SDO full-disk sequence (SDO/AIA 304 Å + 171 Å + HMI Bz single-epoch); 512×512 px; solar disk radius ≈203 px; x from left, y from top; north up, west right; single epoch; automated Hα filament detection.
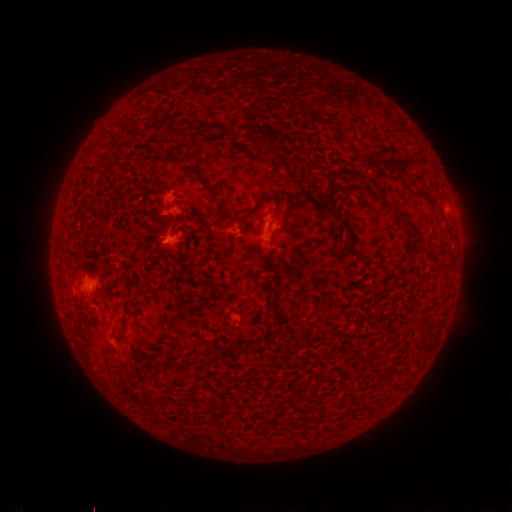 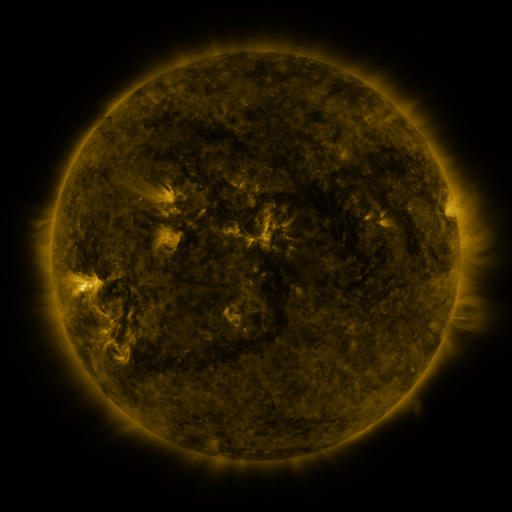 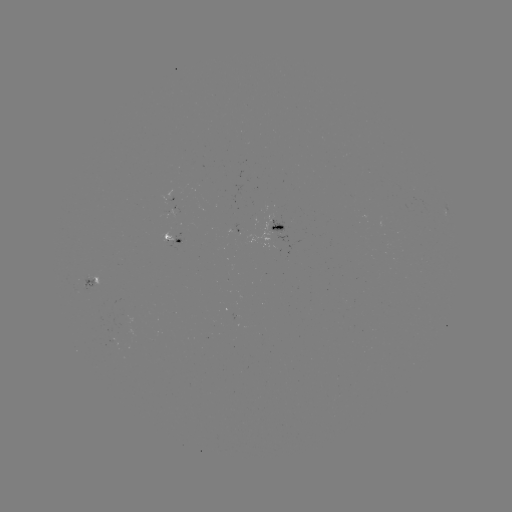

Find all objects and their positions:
filament: [246, 123, 282, 152]
filament: [381, 153, 426, 171]
filament: [361, 157, 372, 174]
filament: [95, 161, 121, 175]
filament: [182, 165, 214, 194]
filament: [248, 193, 280, 218]
filament: [332, 207, 350, 230]
filament: [401, 214, 411, 223]
filament: [412, 226, 423, 239]
filament: [266, 249, 277, 261]
filament: [427, 254, 440, 265]
filament: [174, 357, 197, 371]
filament: [201, 415, 211, 424]
